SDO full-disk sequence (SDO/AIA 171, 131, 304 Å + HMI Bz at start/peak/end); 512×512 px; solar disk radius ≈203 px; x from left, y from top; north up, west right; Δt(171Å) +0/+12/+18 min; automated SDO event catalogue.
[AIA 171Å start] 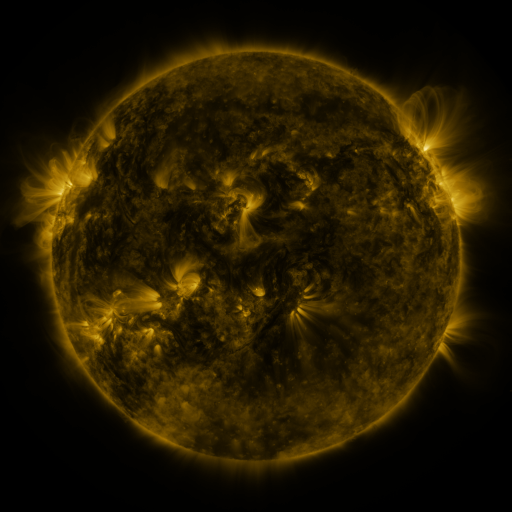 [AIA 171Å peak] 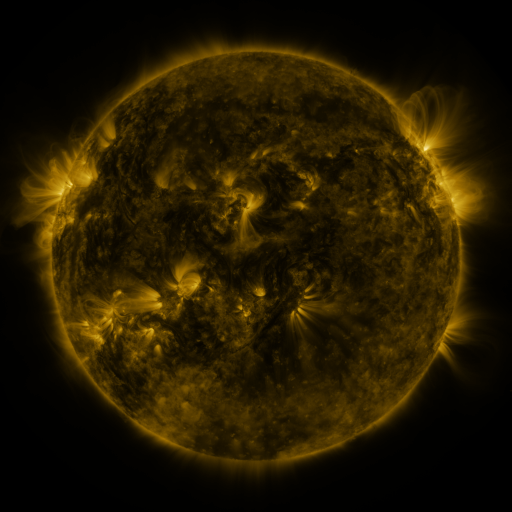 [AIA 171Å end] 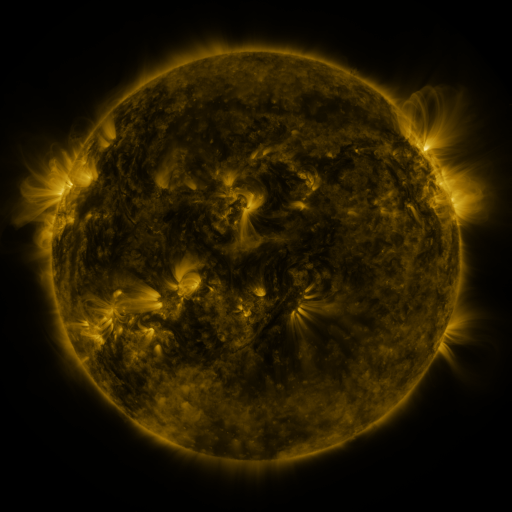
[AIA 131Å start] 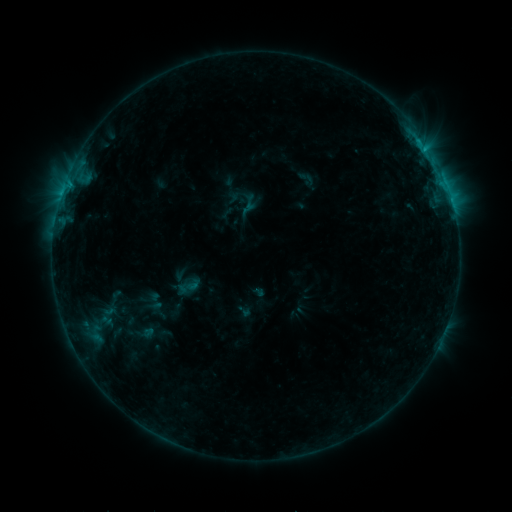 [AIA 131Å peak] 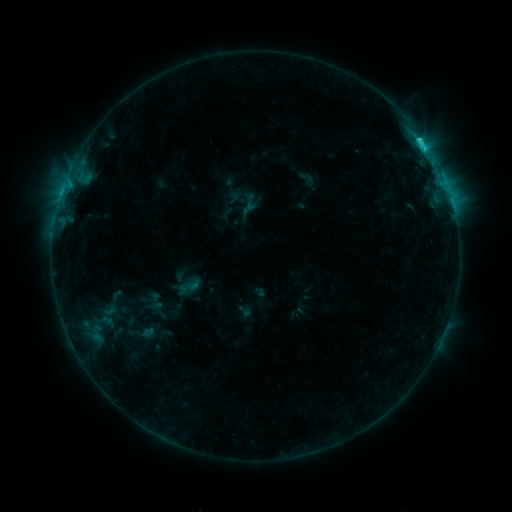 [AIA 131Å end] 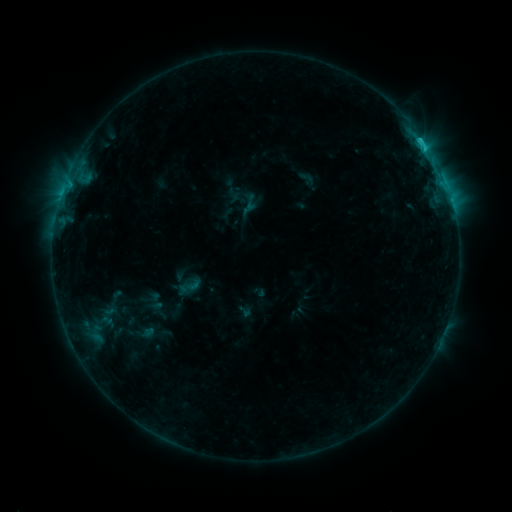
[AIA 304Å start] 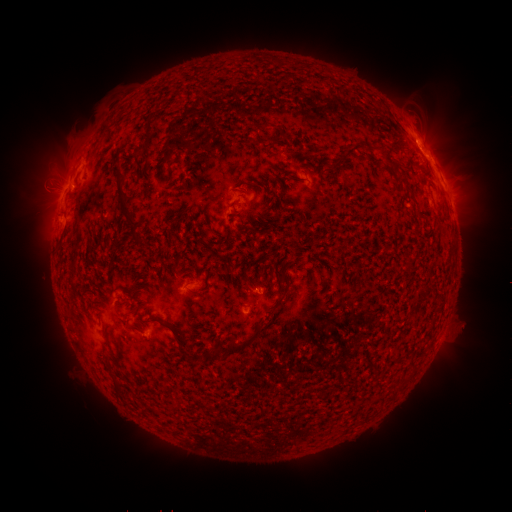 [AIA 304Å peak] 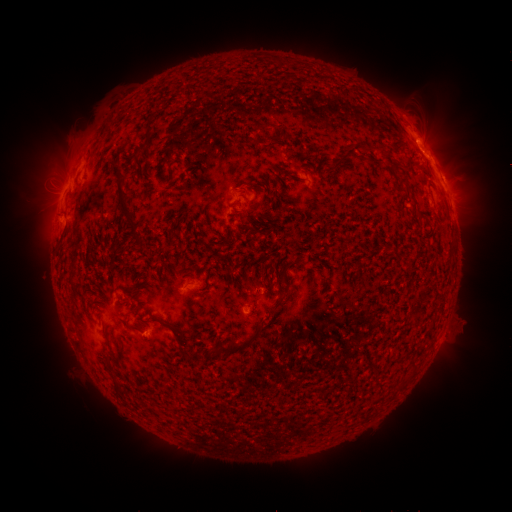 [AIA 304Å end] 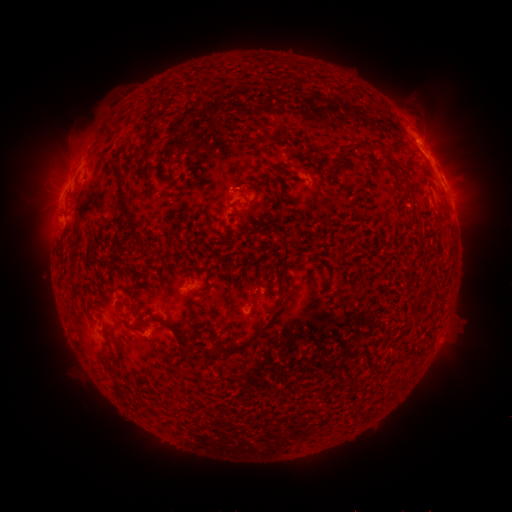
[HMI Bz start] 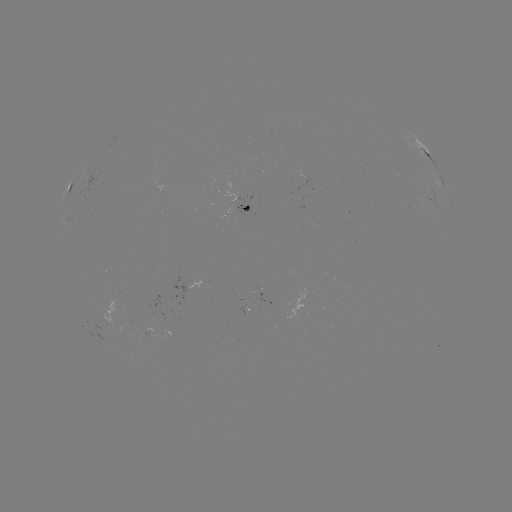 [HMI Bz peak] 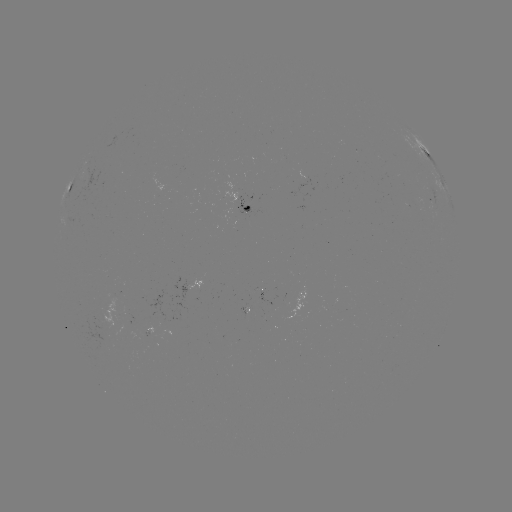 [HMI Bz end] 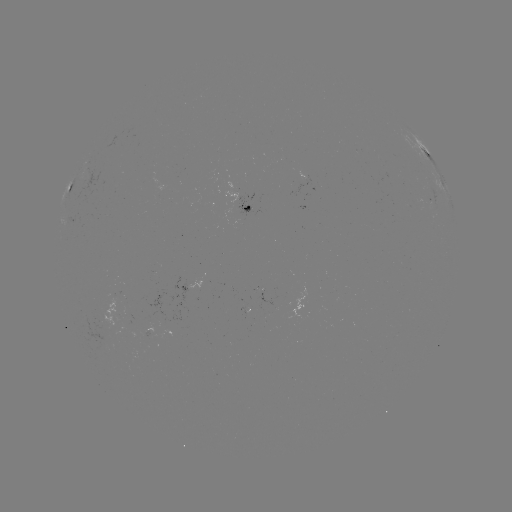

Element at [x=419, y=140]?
C1.7 flare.